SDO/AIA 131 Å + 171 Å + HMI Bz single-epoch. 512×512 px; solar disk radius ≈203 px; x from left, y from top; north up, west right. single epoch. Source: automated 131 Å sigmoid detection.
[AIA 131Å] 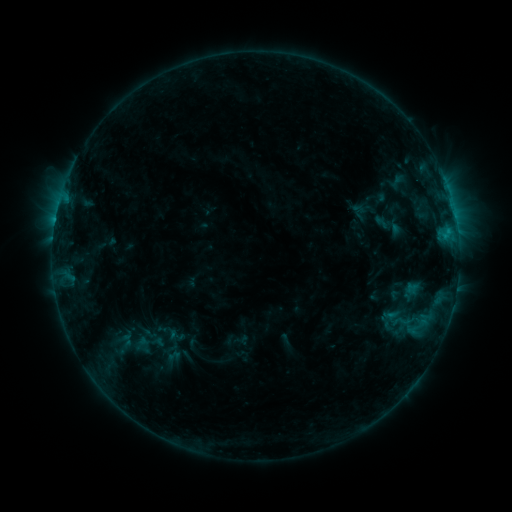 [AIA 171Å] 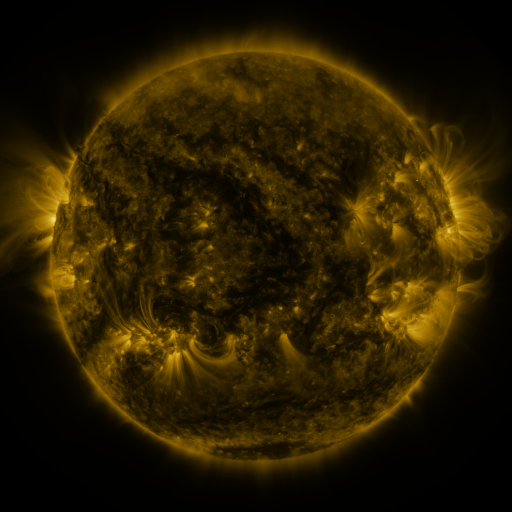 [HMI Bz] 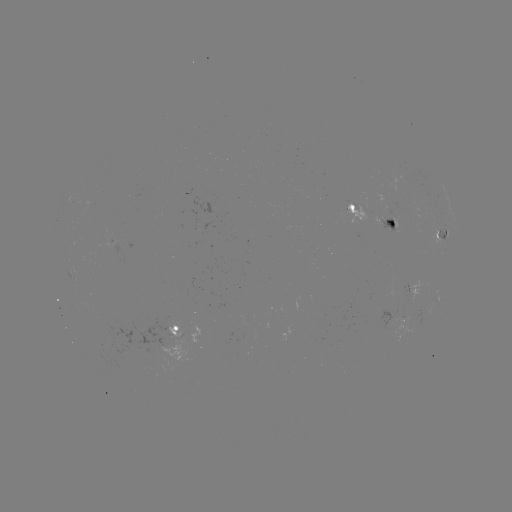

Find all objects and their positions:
sigmoid: (402, 321)
